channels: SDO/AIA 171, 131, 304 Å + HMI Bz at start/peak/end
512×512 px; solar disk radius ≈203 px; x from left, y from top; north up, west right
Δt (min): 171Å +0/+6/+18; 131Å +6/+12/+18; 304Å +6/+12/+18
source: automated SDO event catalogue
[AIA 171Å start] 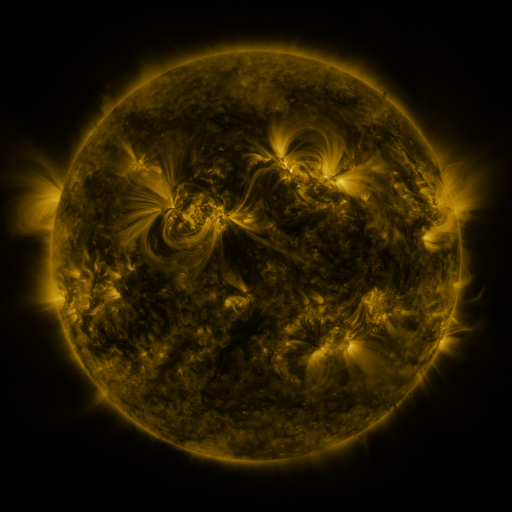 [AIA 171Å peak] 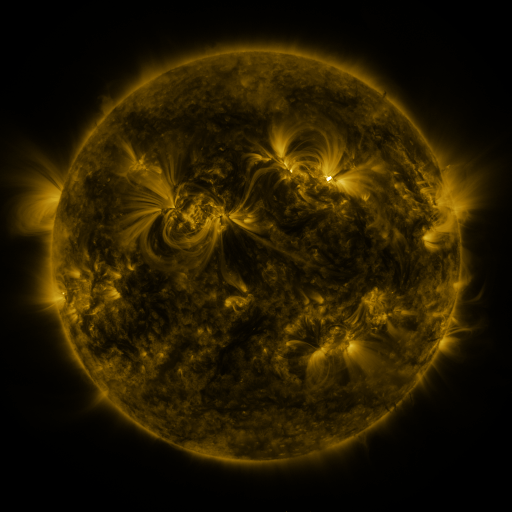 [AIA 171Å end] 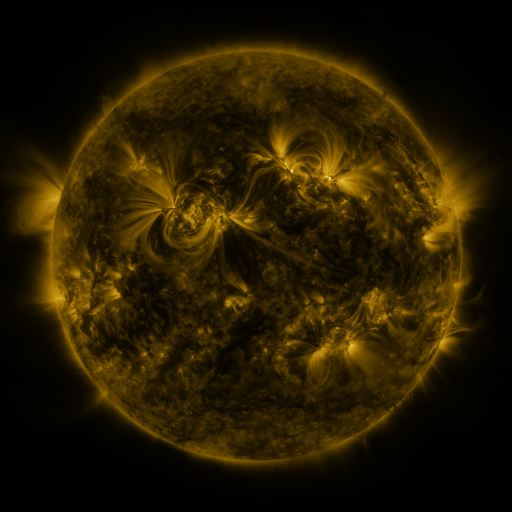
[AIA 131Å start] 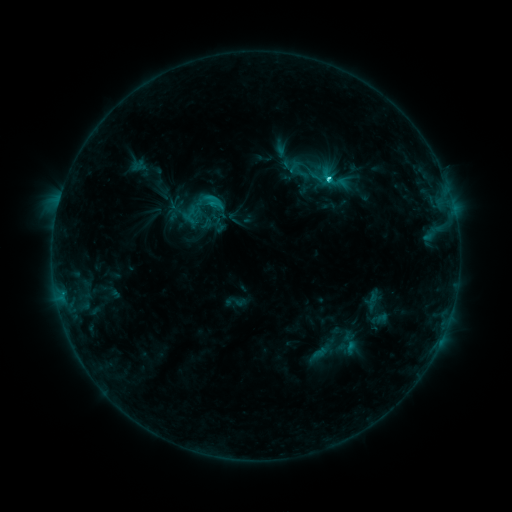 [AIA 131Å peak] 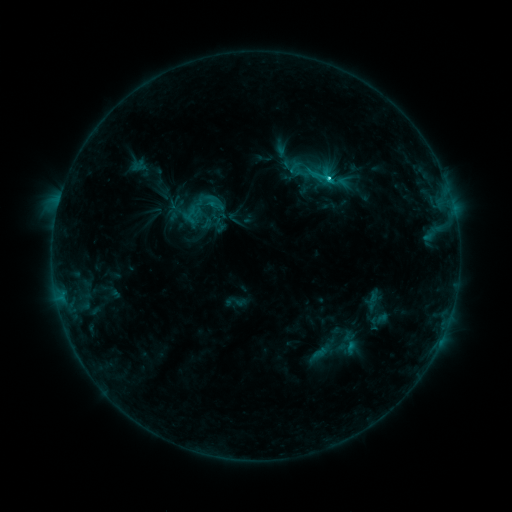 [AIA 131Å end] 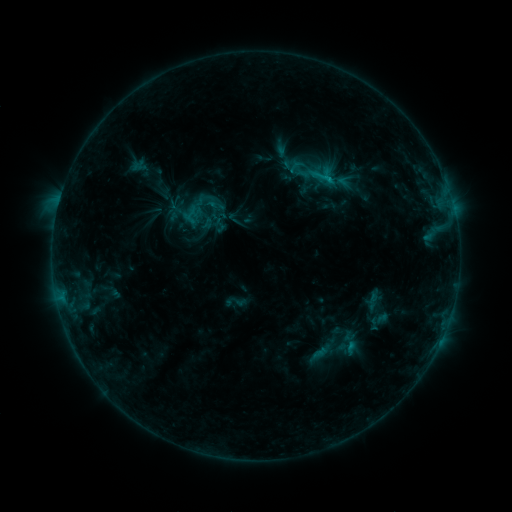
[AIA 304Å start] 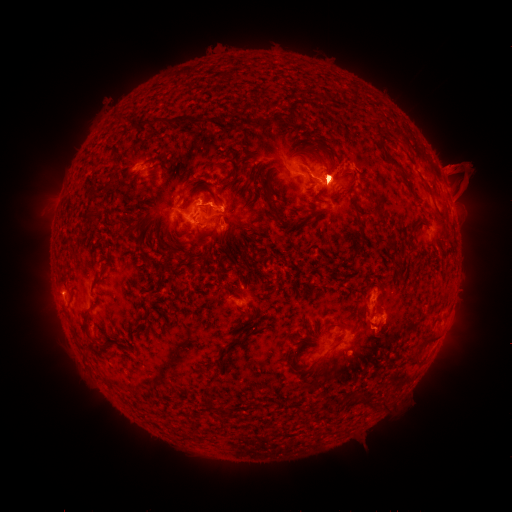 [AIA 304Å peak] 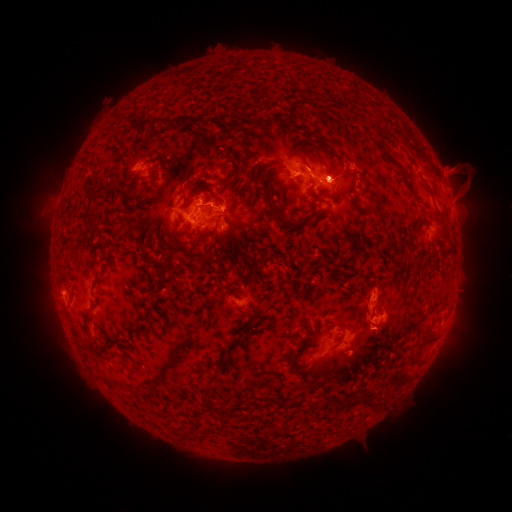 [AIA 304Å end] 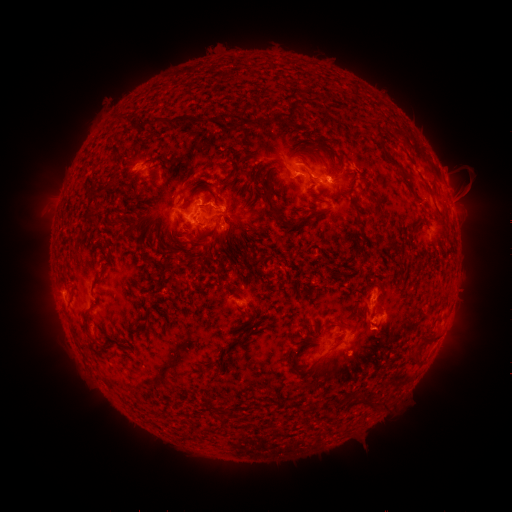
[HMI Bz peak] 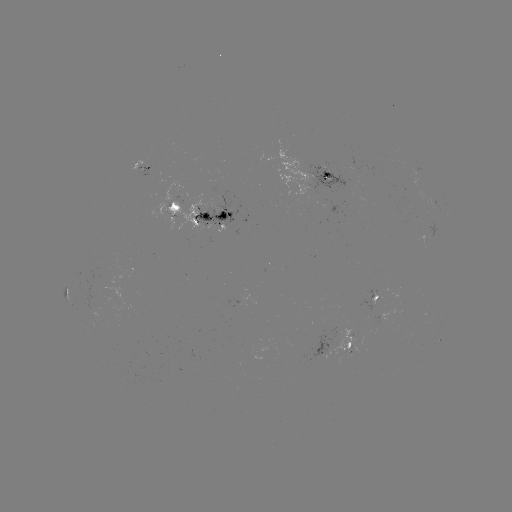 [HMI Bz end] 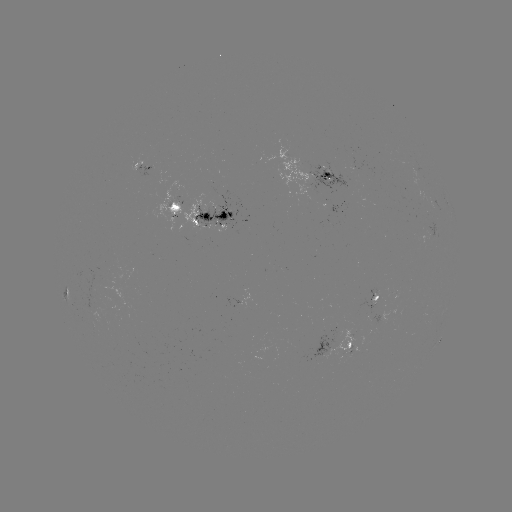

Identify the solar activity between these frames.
eruption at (459, 328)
